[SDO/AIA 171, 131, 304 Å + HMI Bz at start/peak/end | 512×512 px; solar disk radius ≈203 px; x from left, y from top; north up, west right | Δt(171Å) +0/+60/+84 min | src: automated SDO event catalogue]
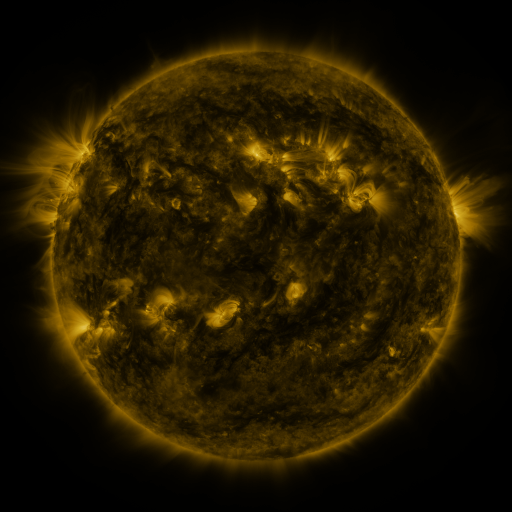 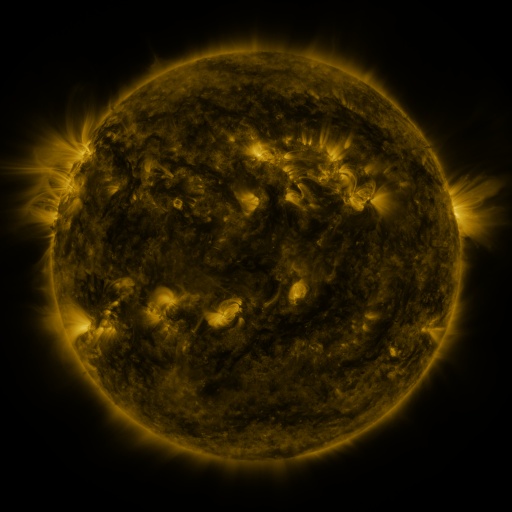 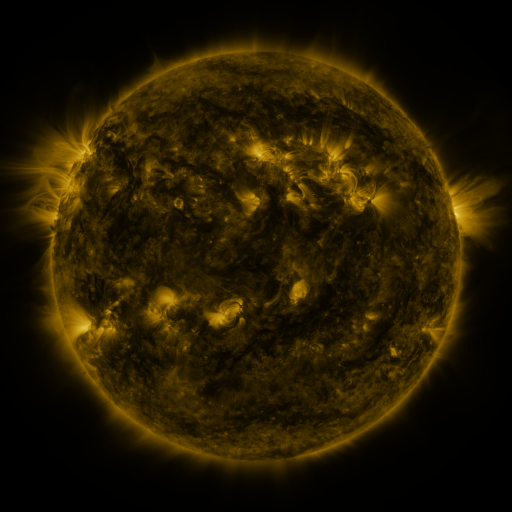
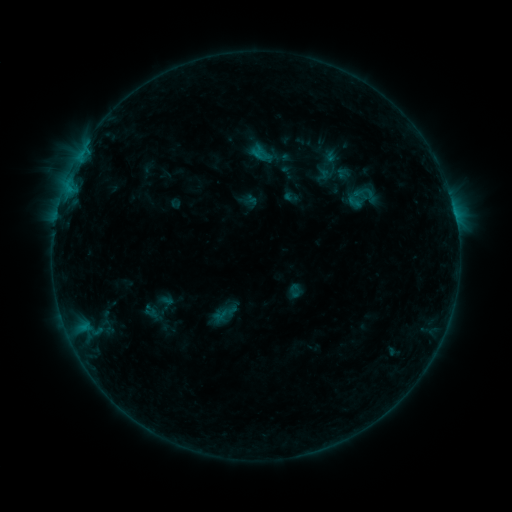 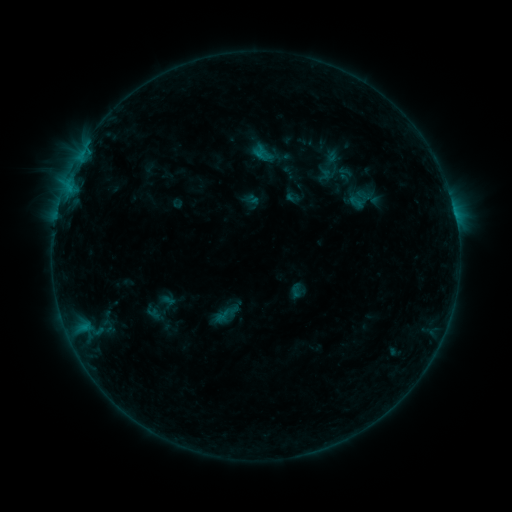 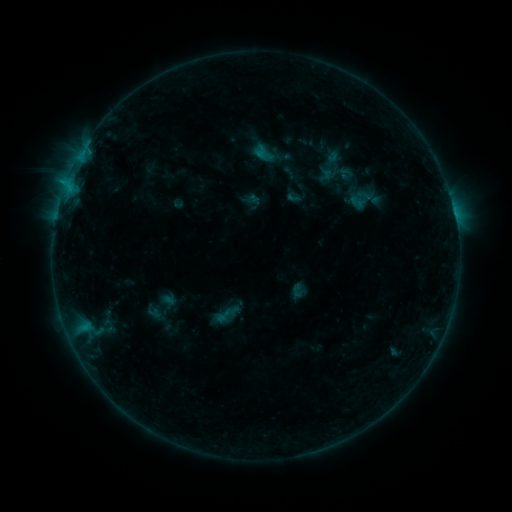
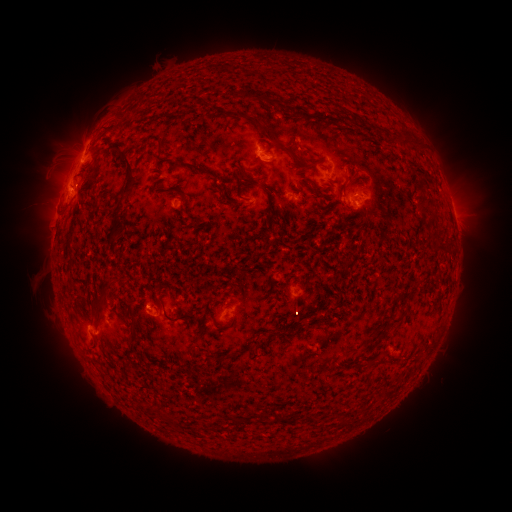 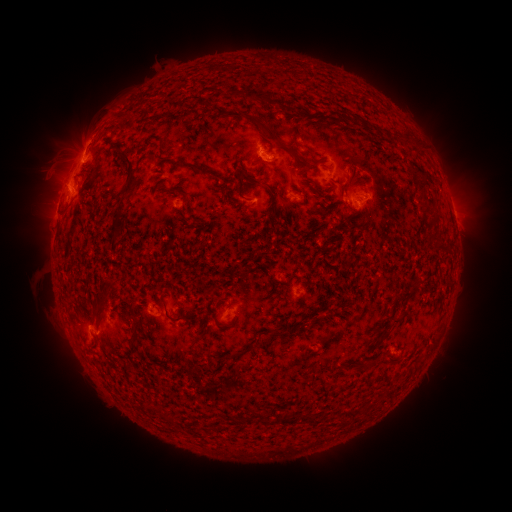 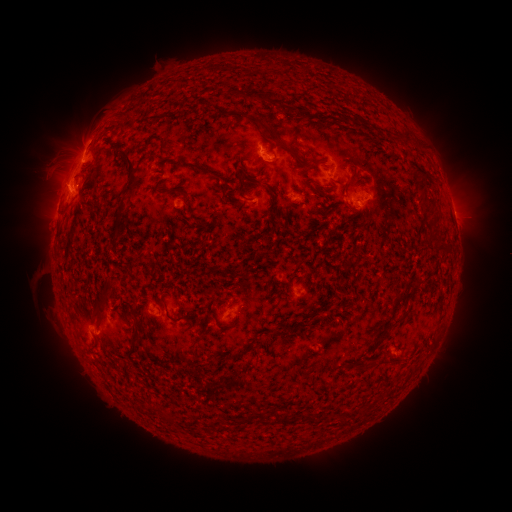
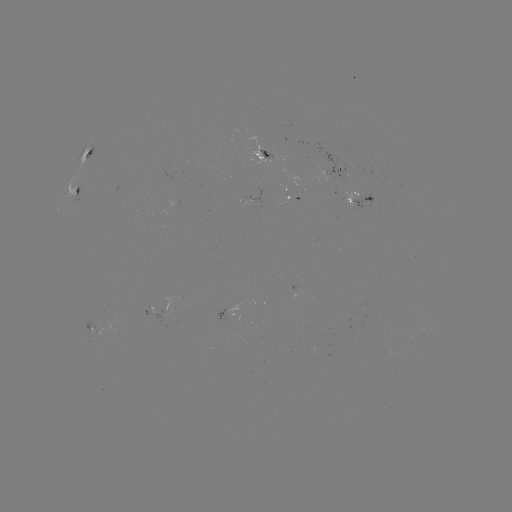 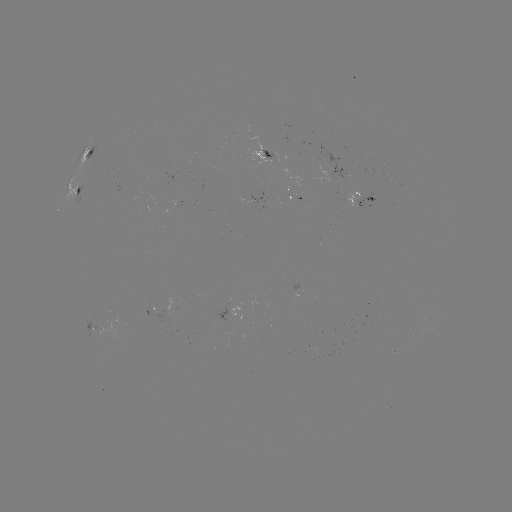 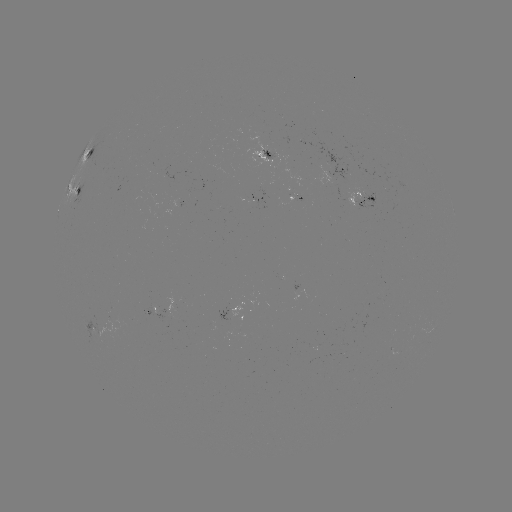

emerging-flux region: [338, 187, 361, 206]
